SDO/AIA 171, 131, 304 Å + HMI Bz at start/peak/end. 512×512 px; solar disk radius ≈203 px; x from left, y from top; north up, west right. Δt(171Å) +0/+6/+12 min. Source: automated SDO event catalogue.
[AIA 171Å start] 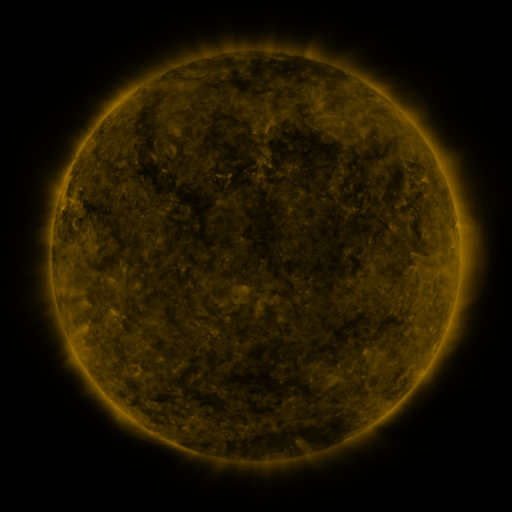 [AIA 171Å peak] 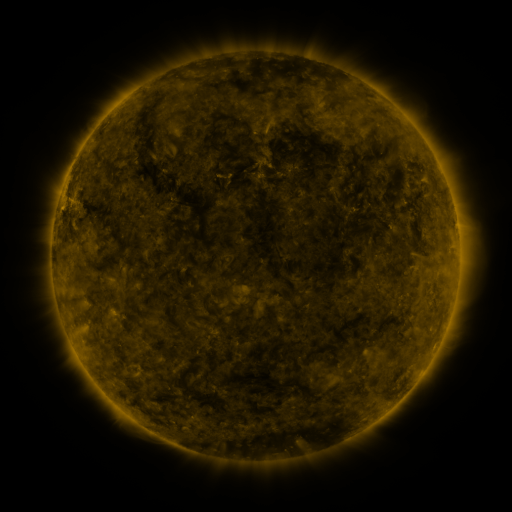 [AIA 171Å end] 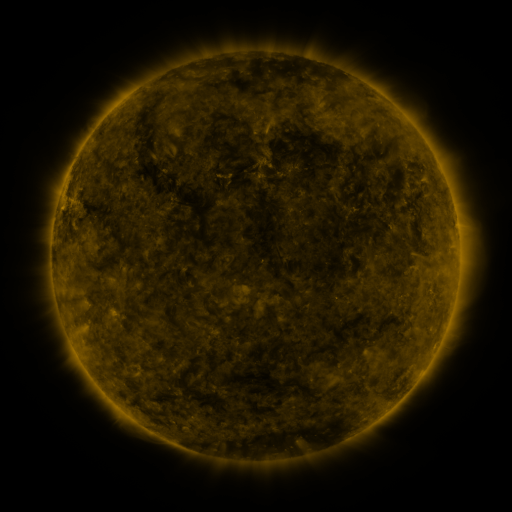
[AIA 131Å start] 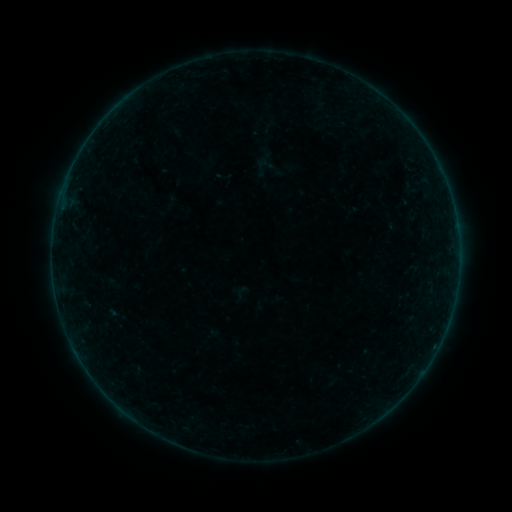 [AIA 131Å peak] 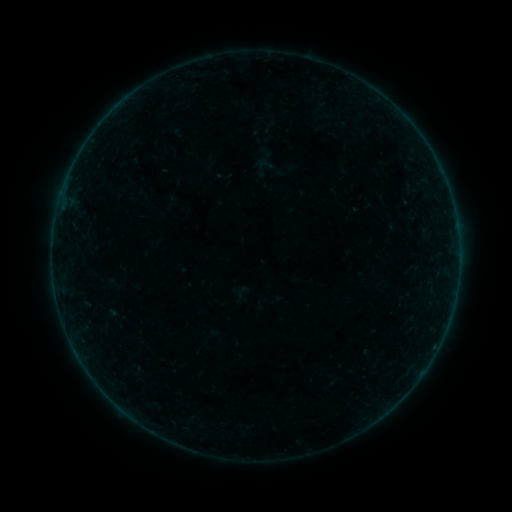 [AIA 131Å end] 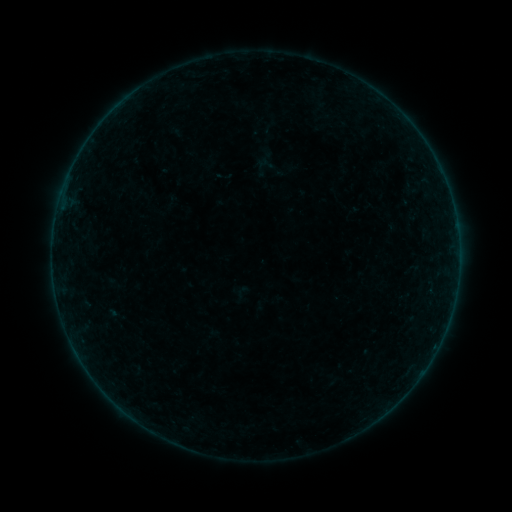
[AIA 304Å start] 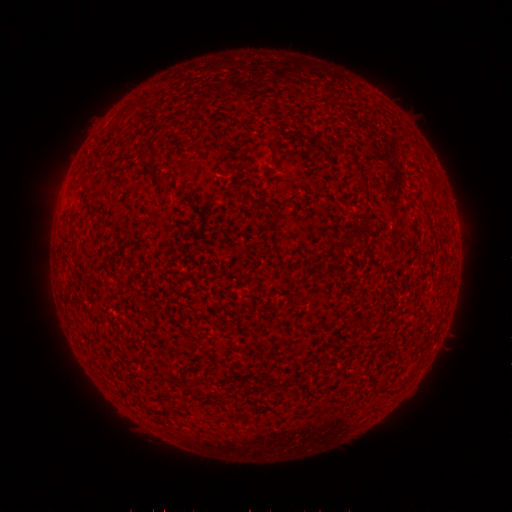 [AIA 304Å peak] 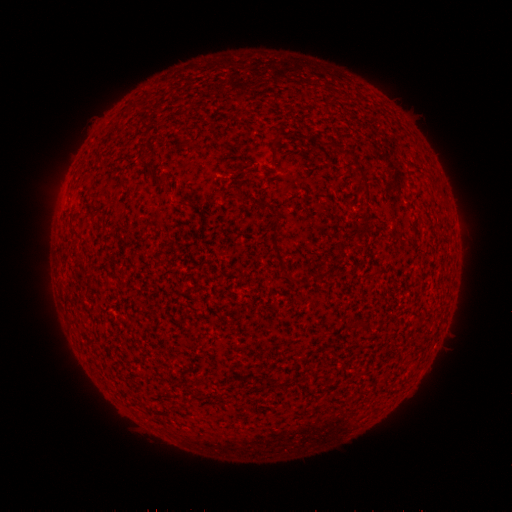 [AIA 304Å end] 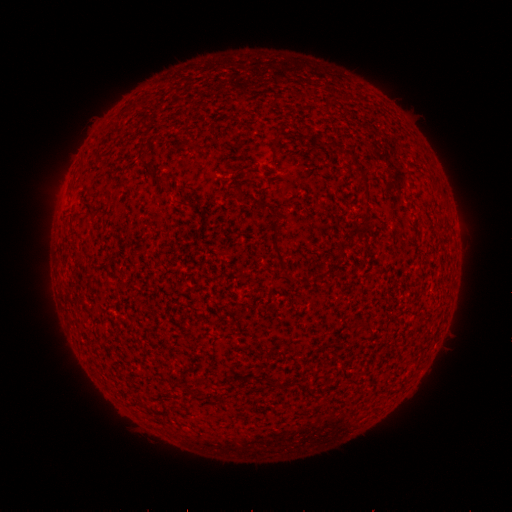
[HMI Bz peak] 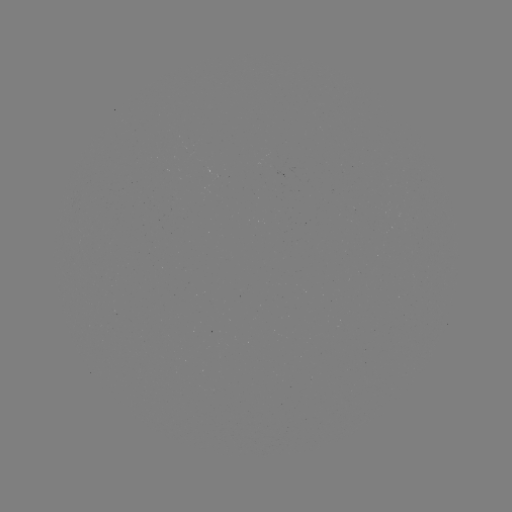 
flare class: B2.0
